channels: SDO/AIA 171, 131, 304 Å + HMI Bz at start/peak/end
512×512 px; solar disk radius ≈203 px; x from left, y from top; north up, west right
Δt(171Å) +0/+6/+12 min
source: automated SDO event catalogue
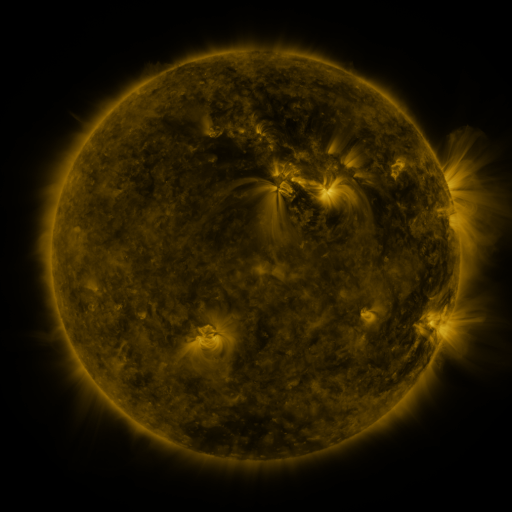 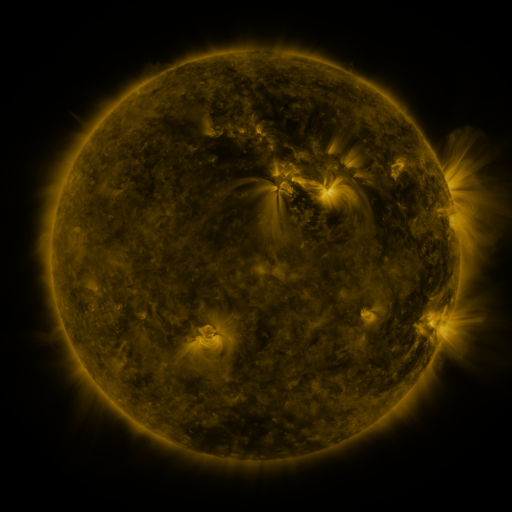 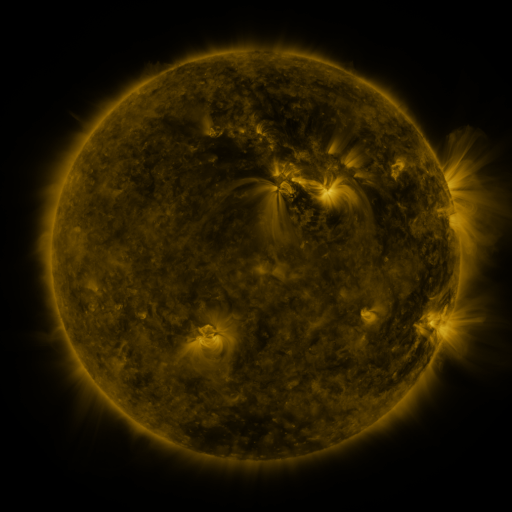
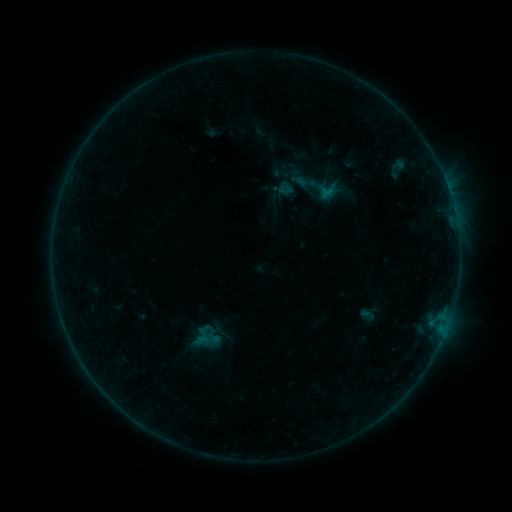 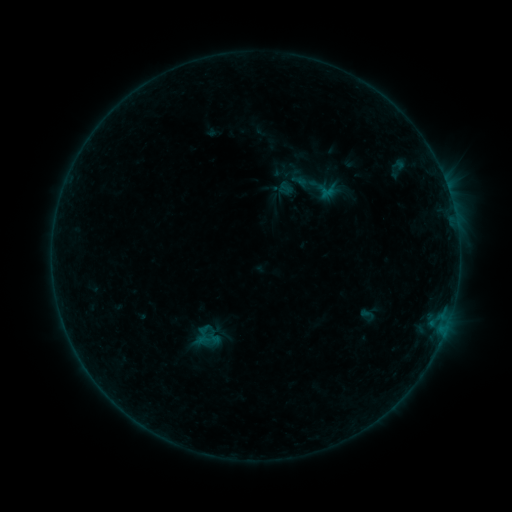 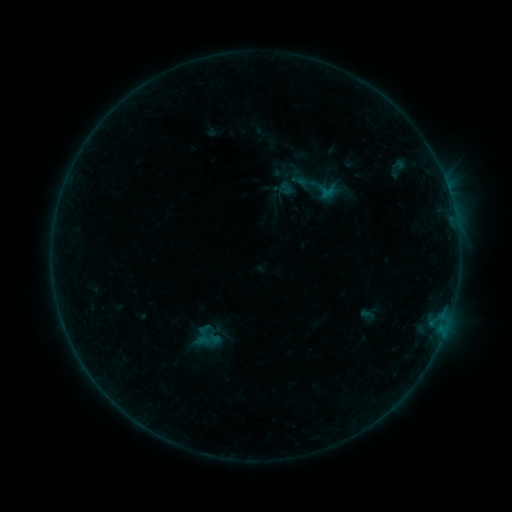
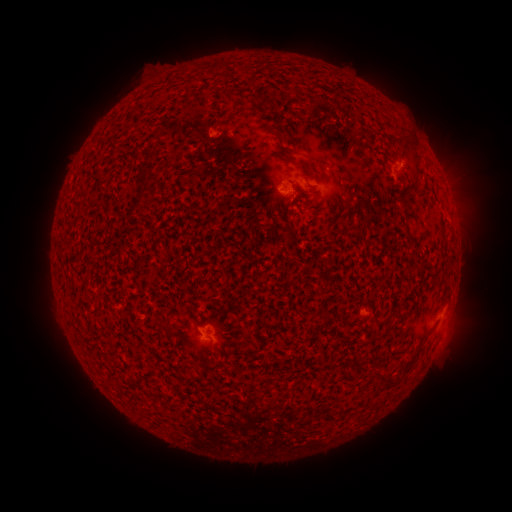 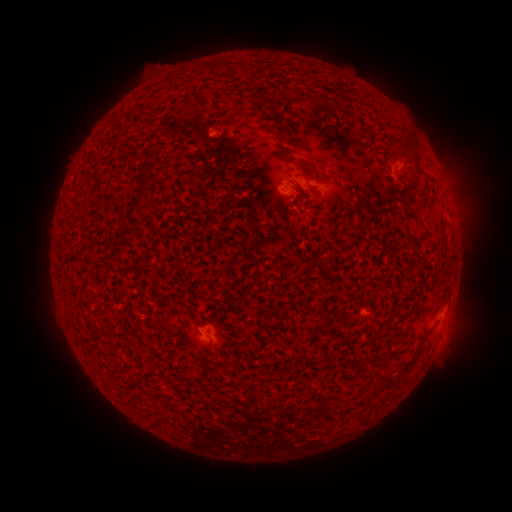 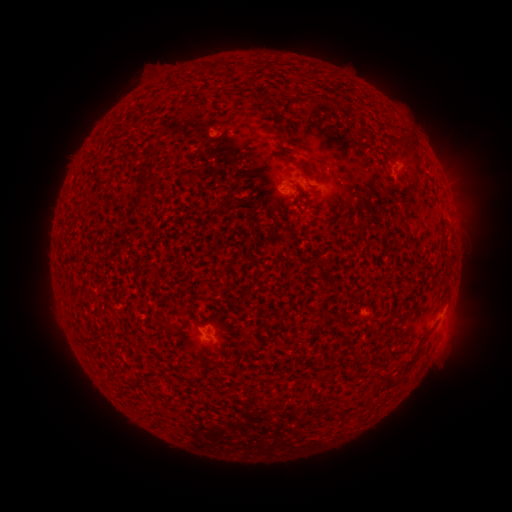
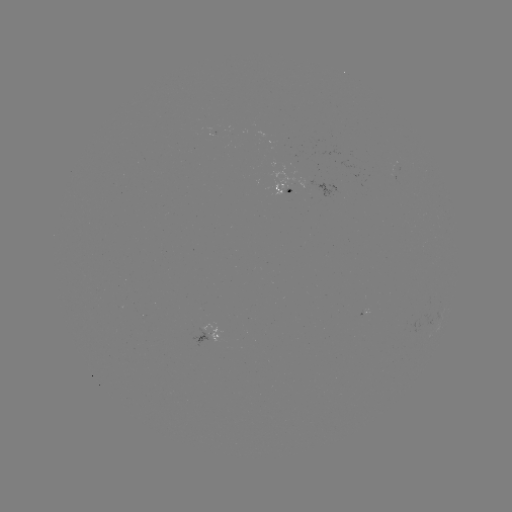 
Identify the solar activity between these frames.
nothing was catalogued: no classed flare, no EUV trigger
